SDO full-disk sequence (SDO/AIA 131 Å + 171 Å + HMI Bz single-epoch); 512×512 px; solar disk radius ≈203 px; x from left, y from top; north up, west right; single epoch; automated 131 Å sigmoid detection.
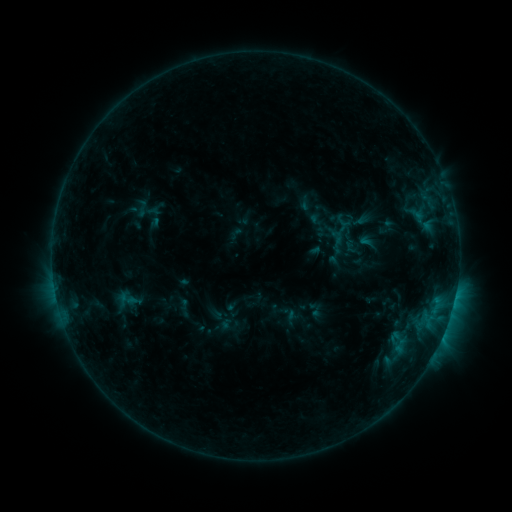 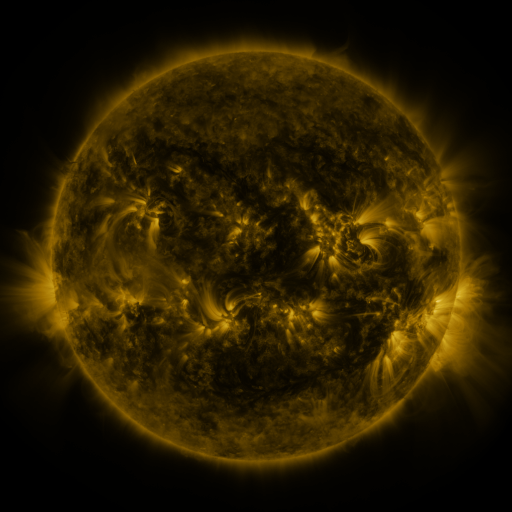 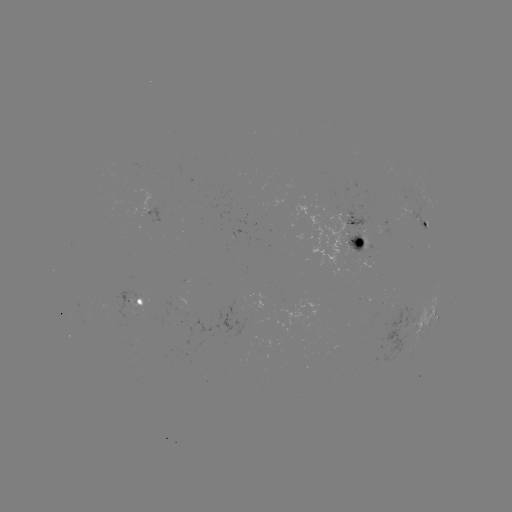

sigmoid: (135, 199, 160, 224)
